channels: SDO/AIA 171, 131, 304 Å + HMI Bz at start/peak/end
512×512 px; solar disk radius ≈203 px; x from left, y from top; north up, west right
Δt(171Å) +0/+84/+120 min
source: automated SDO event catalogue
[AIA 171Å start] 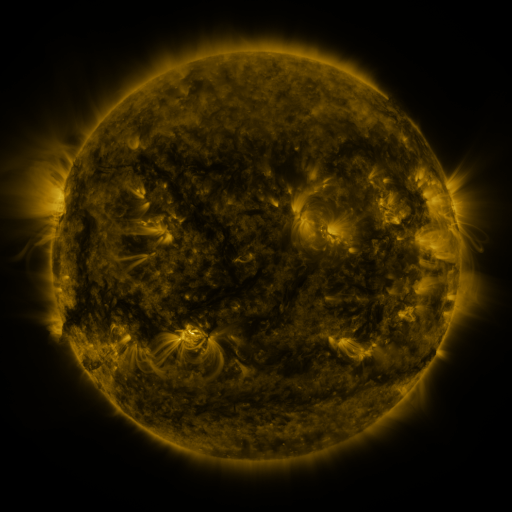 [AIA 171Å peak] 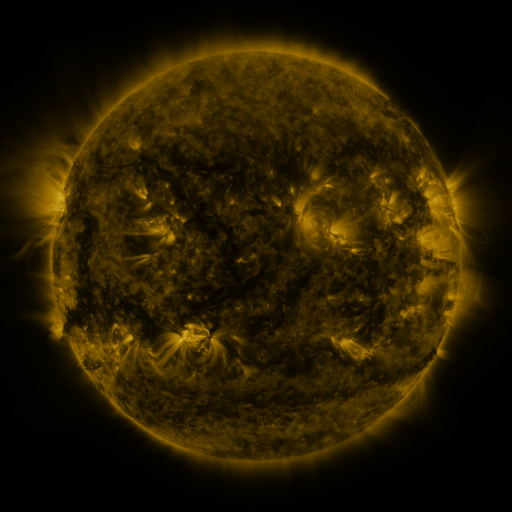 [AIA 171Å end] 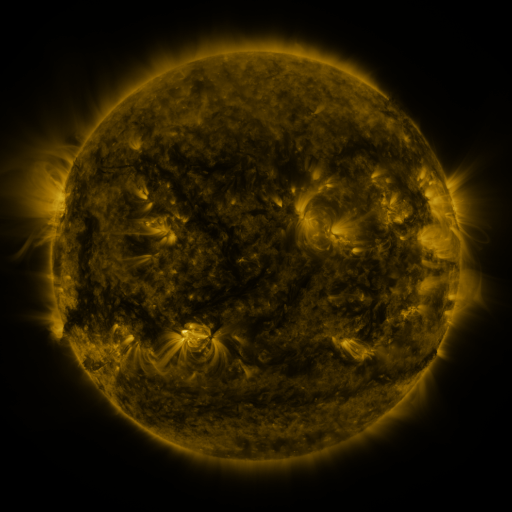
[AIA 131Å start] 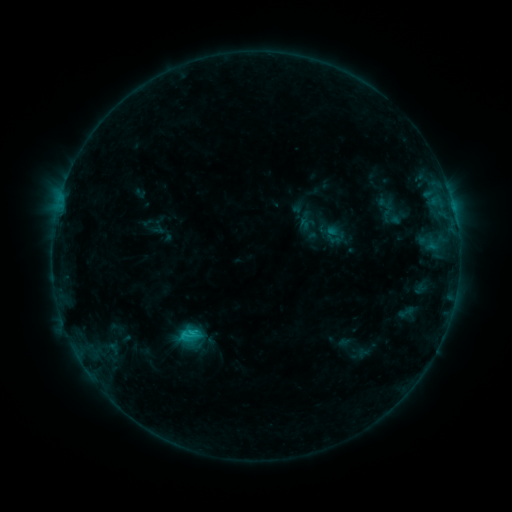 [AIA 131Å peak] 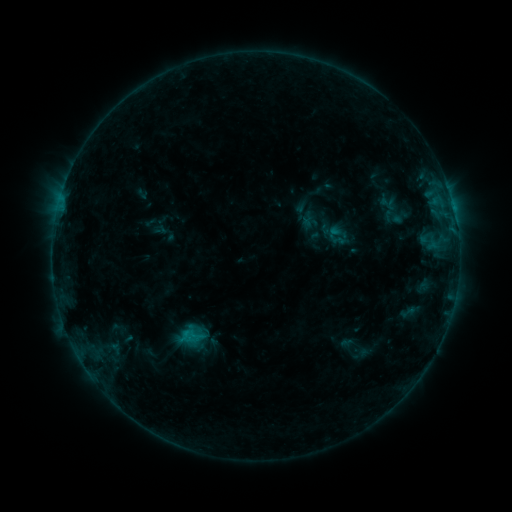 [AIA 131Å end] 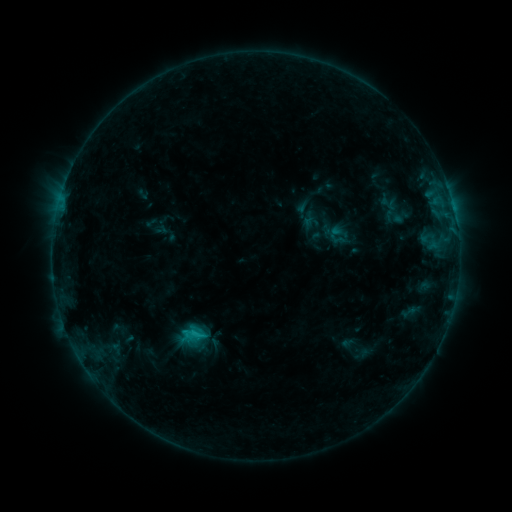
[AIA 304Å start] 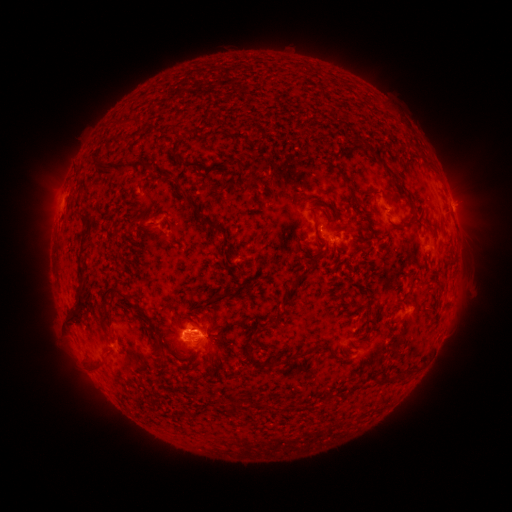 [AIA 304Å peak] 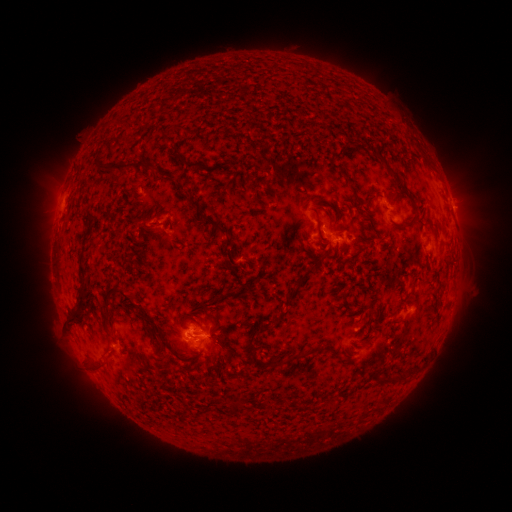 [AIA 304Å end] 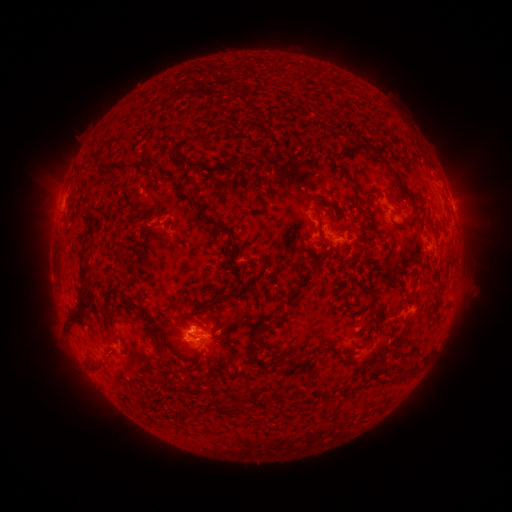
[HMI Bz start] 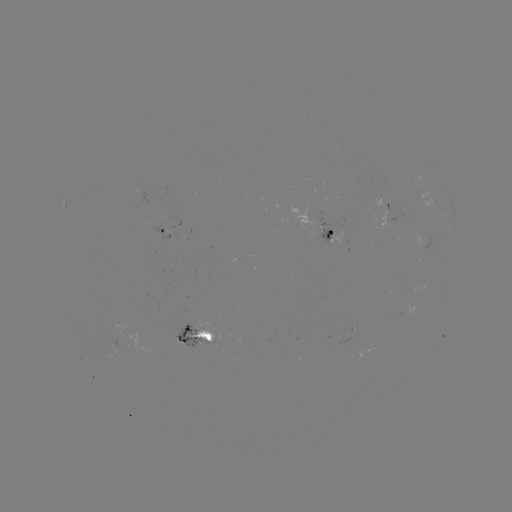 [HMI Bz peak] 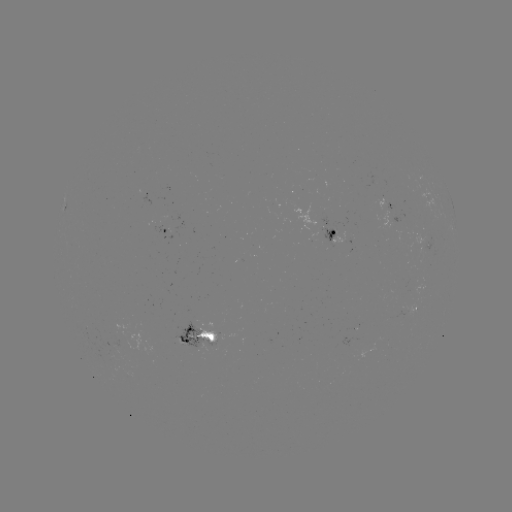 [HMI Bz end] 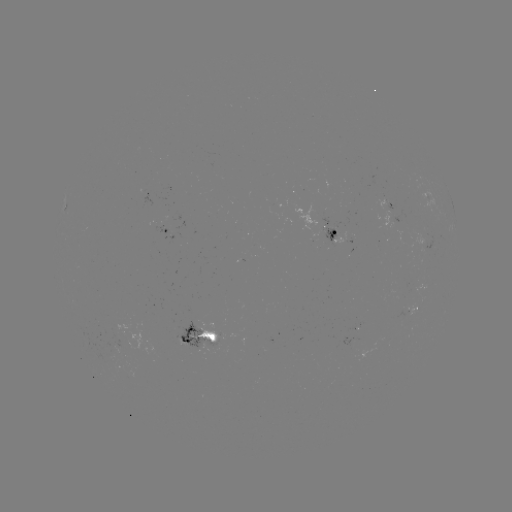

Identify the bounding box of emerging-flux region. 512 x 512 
[172, 321, 204, 352].